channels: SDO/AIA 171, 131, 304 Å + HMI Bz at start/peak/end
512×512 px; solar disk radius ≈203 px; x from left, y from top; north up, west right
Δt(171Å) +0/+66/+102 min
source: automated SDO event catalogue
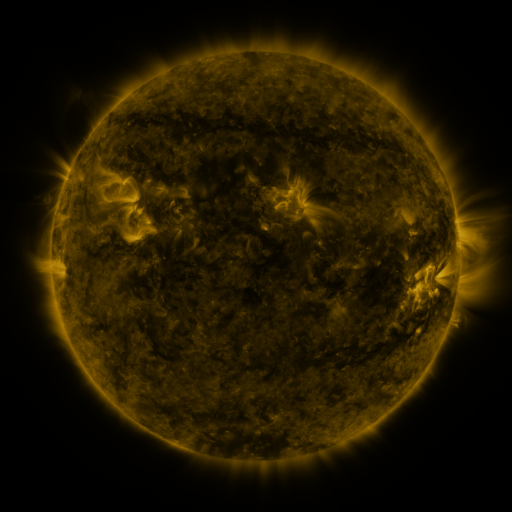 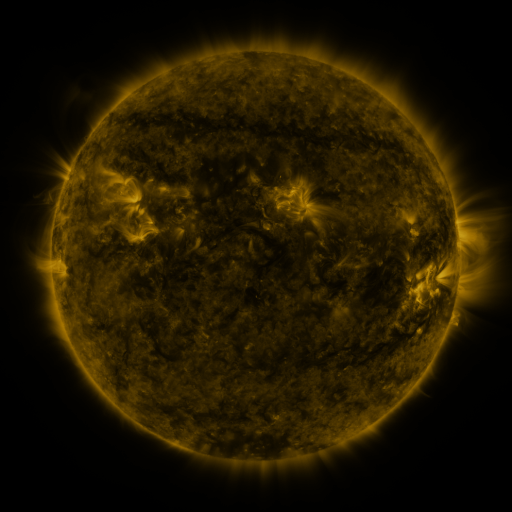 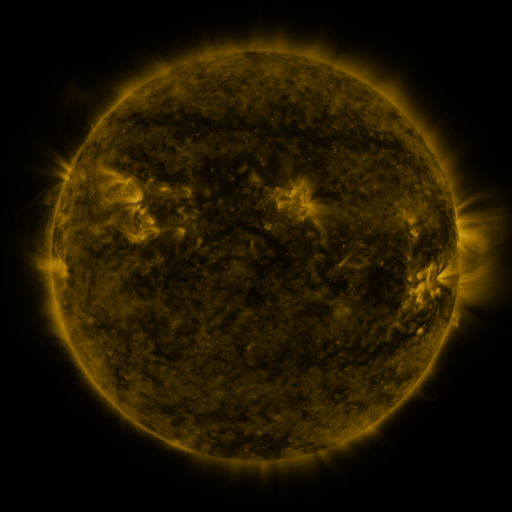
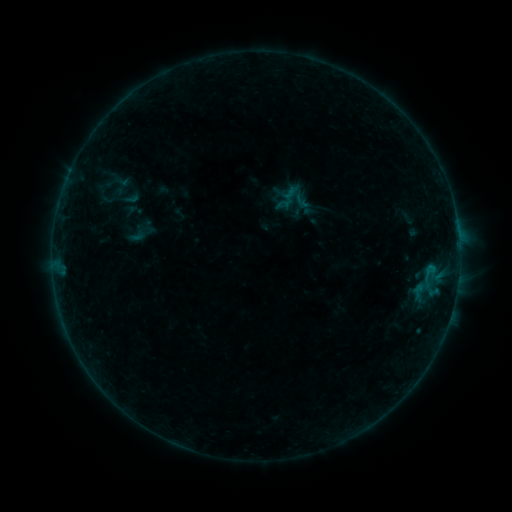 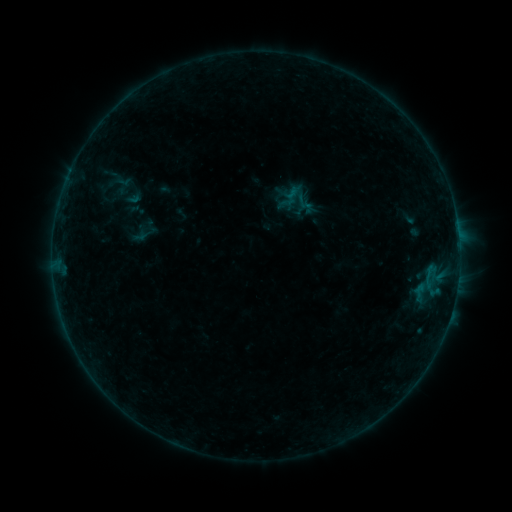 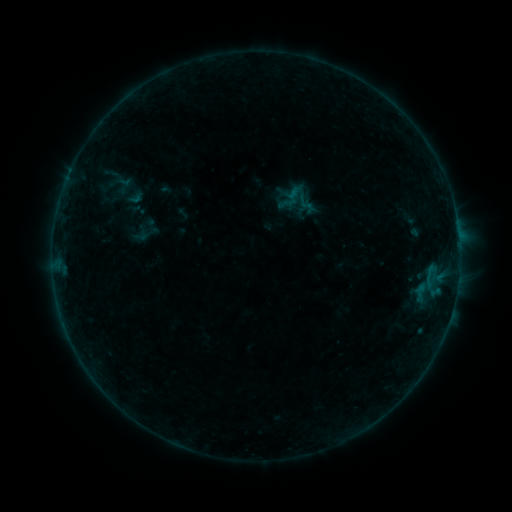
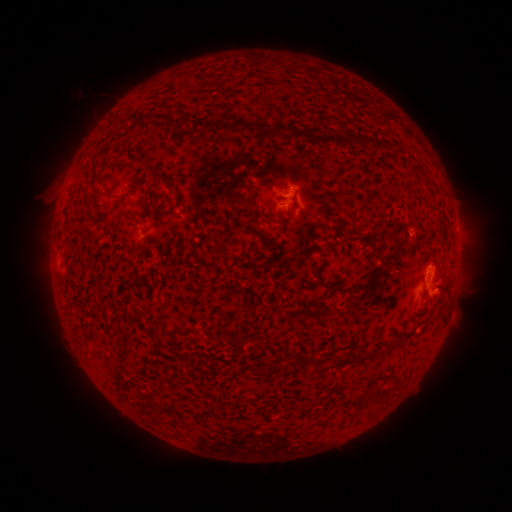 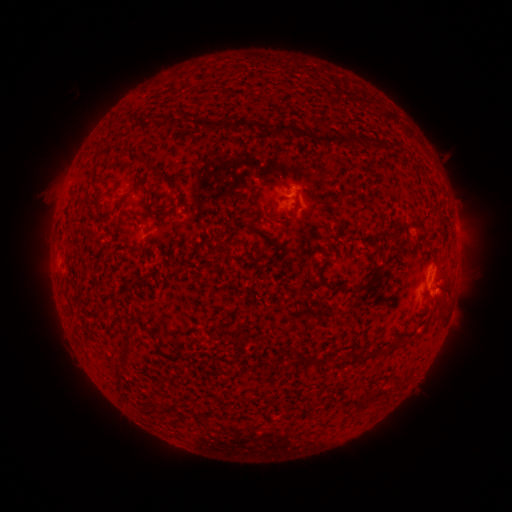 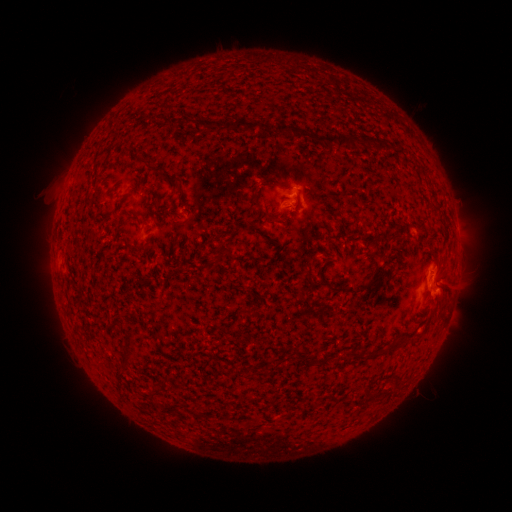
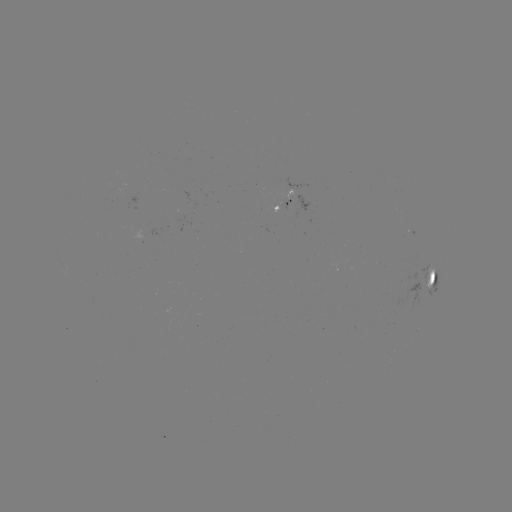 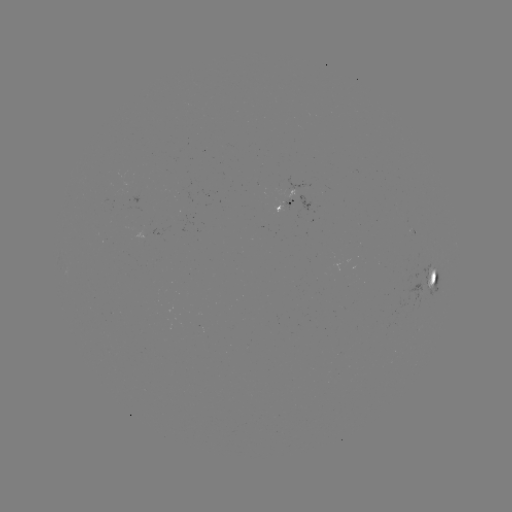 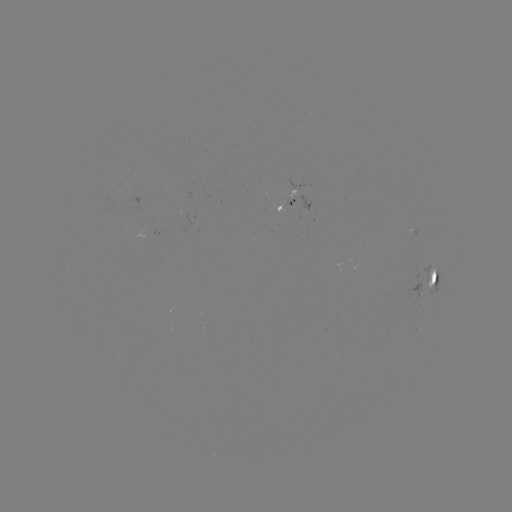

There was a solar emerging-flux region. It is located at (408, 225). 